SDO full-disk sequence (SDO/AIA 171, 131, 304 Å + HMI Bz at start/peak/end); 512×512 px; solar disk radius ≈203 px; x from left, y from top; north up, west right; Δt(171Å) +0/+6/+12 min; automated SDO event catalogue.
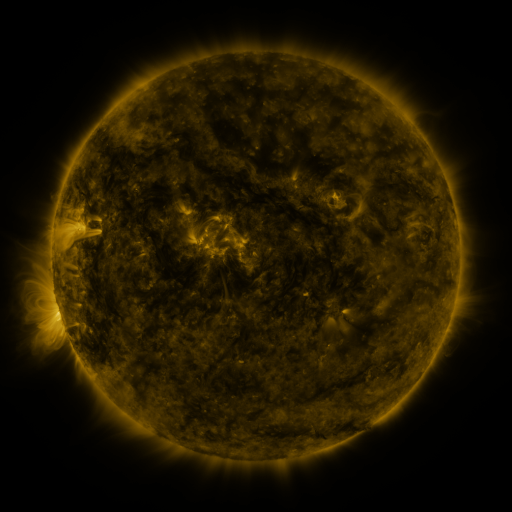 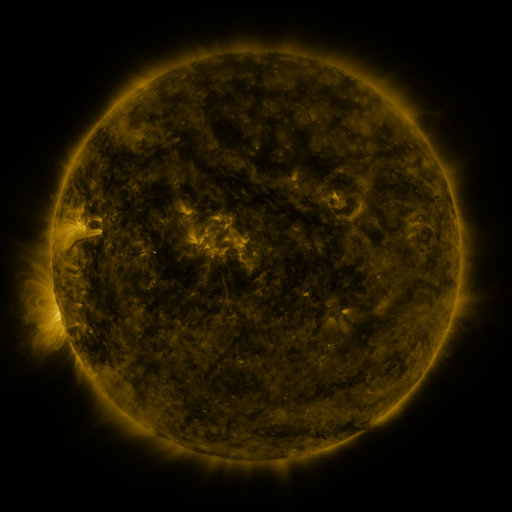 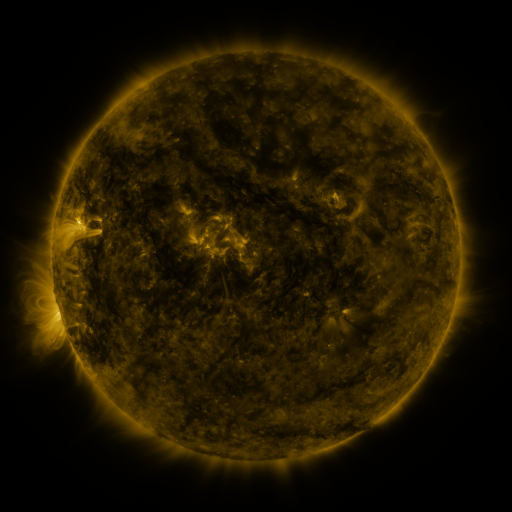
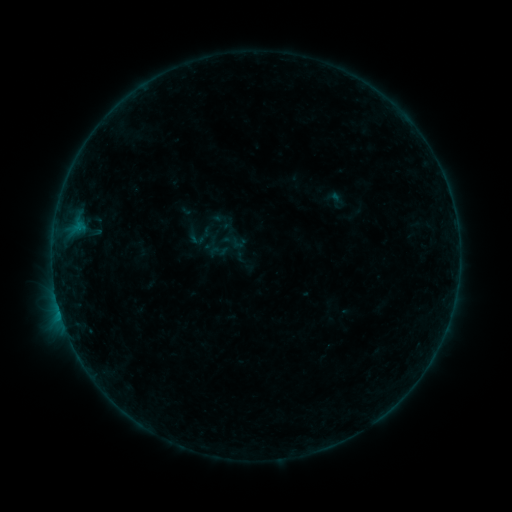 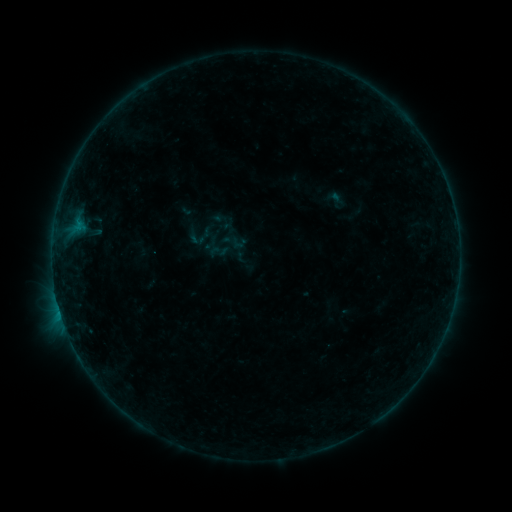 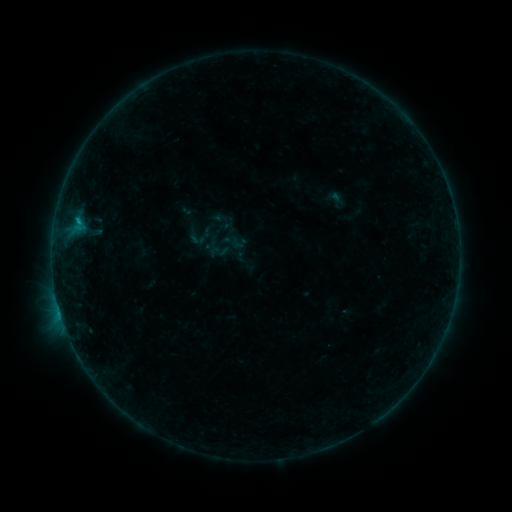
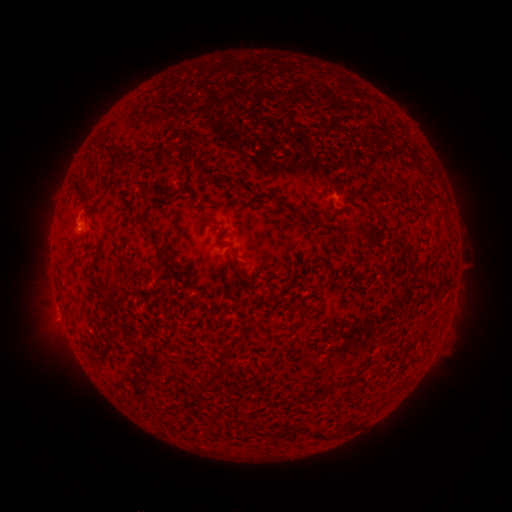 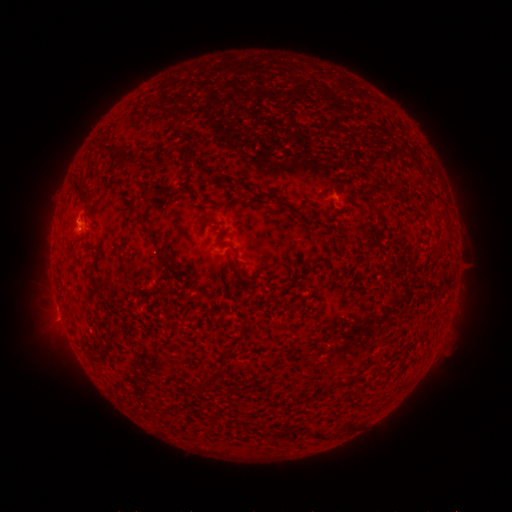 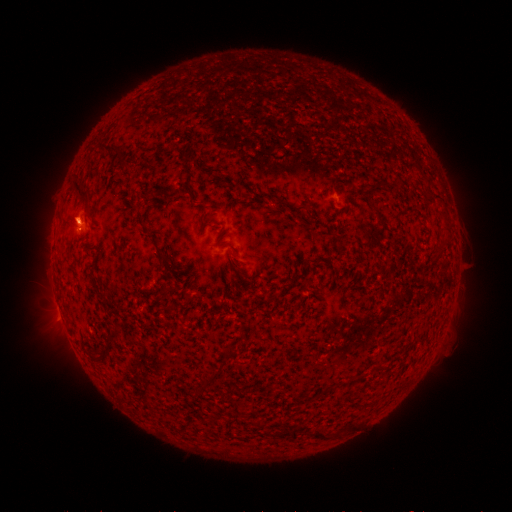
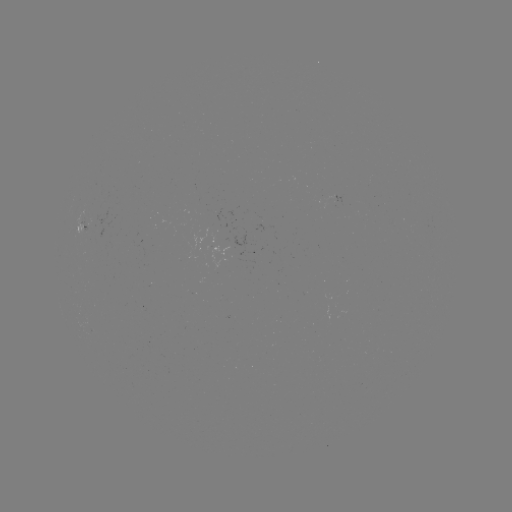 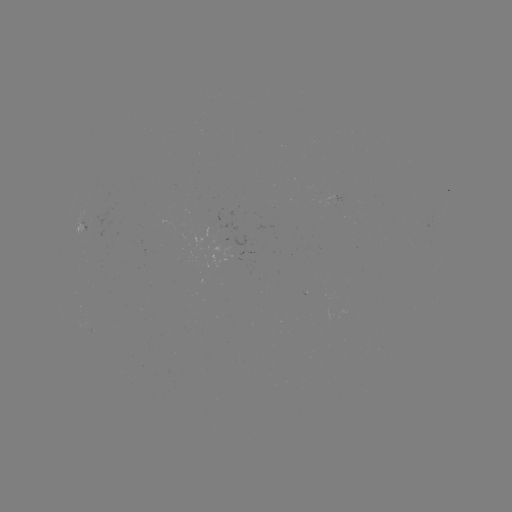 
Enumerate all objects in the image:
B2.8 flare: (79, 220)
